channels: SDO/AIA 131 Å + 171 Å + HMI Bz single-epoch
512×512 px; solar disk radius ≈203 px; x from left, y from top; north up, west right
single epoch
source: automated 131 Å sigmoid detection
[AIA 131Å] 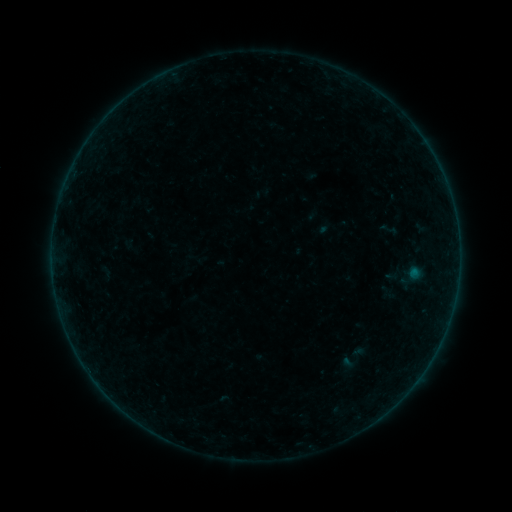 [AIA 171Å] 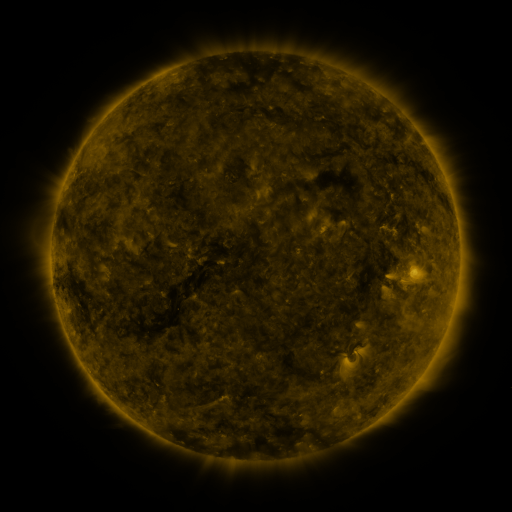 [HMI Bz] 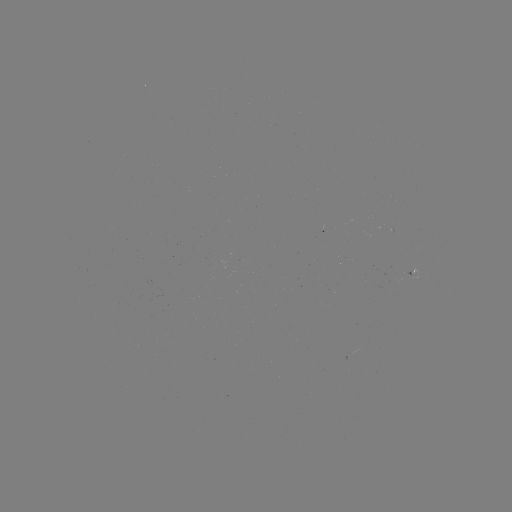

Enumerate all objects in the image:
sigmoid: [384, 264, 403, 284]
sigmoid: [337, 341, 369, 375]
